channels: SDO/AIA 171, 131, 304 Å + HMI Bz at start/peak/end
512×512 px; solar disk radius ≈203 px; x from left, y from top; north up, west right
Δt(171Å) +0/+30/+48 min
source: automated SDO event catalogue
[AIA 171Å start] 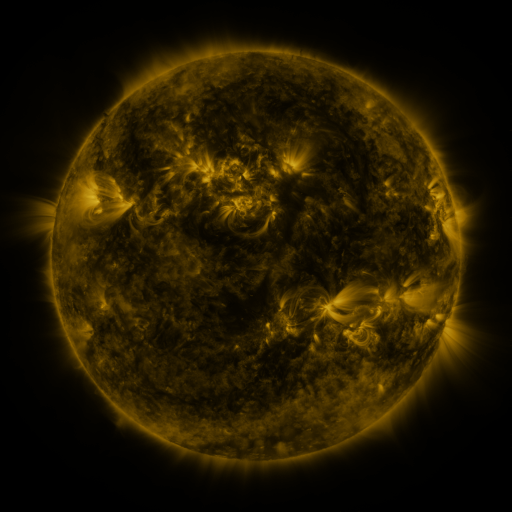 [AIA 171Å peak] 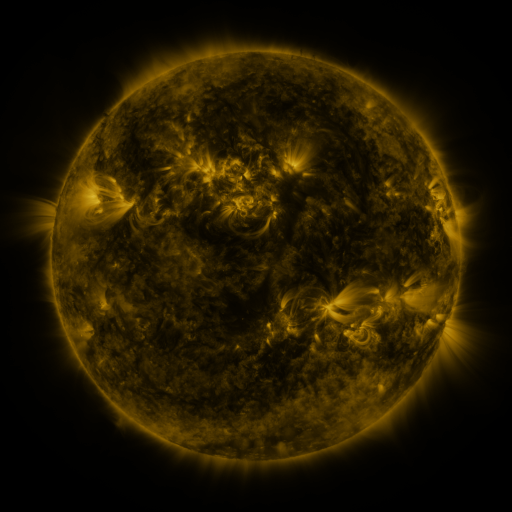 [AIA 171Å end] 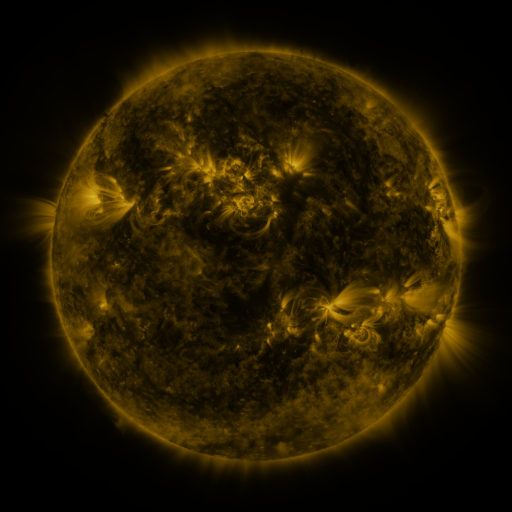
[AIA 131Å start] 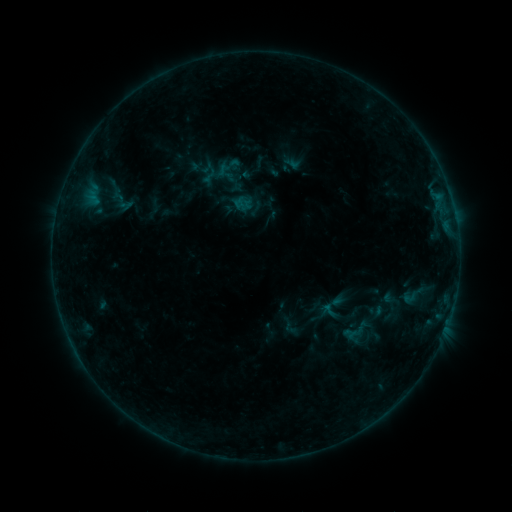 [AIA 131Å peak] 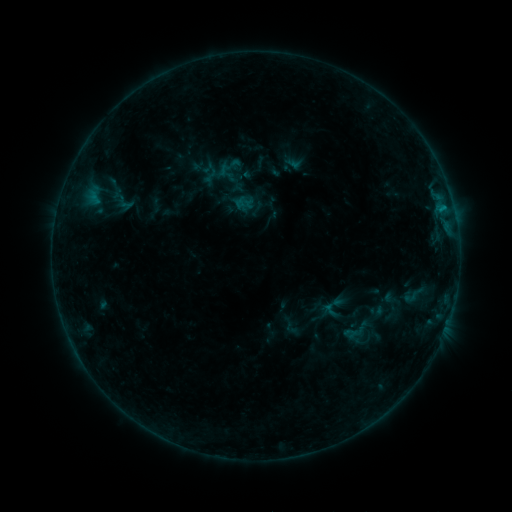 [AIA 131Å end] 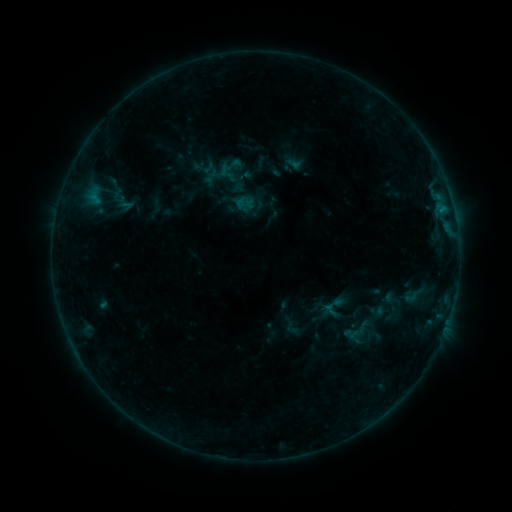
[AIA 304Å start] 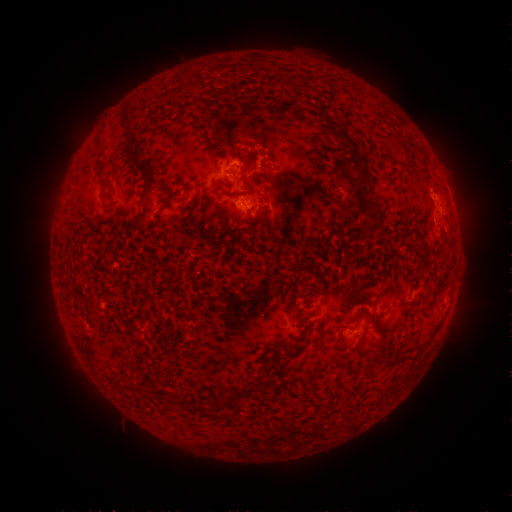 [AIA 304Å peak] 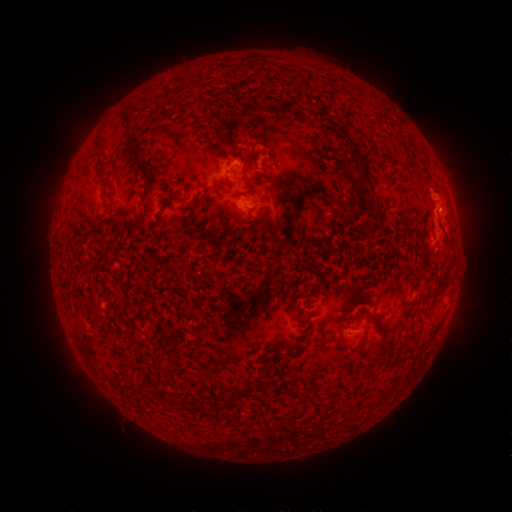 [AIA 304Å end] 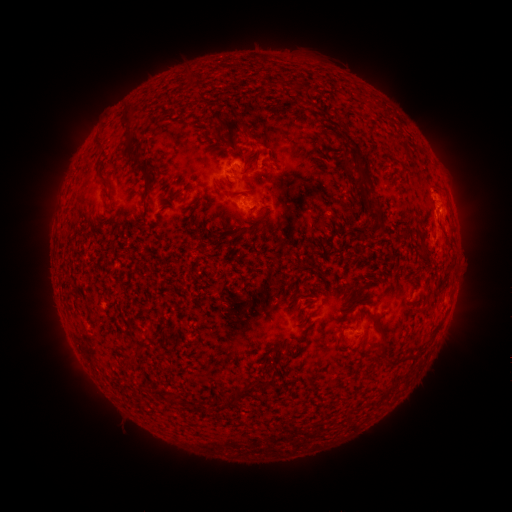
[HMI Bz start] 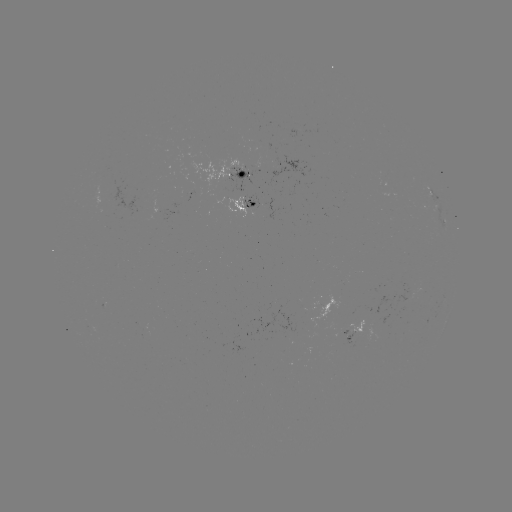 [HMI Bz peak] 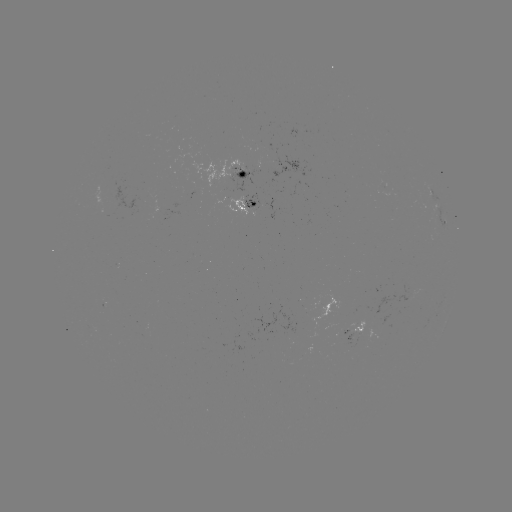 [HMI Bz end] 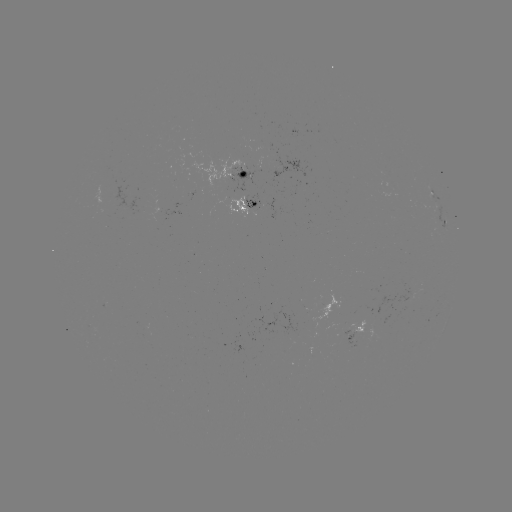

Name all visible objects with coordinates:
B6.4 flare: (442, 209)
